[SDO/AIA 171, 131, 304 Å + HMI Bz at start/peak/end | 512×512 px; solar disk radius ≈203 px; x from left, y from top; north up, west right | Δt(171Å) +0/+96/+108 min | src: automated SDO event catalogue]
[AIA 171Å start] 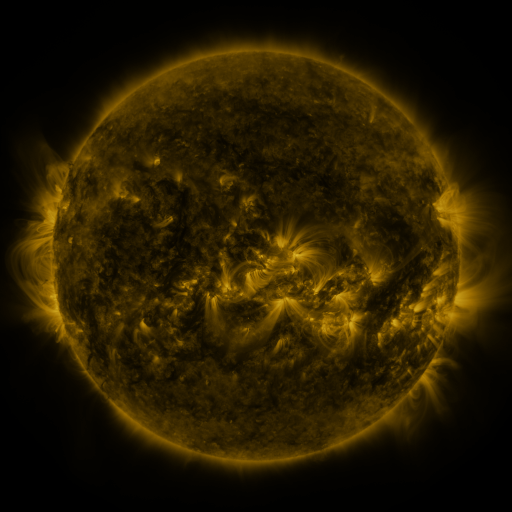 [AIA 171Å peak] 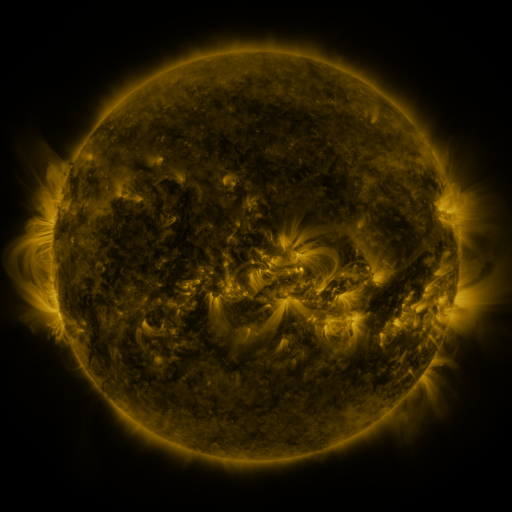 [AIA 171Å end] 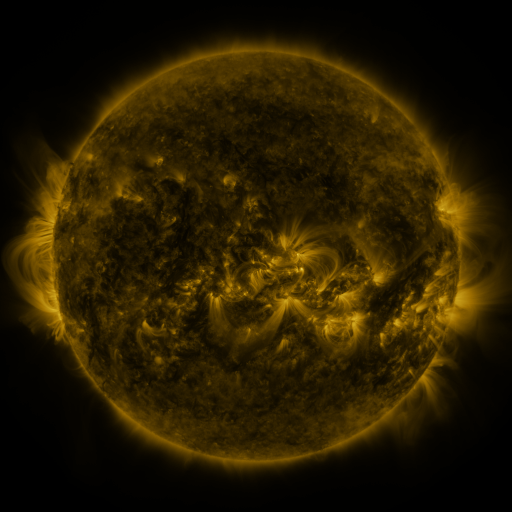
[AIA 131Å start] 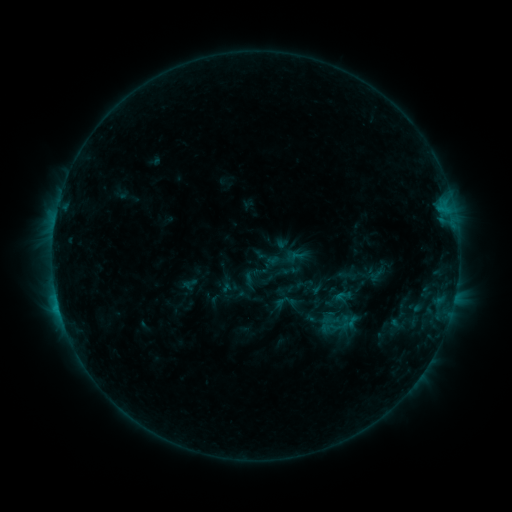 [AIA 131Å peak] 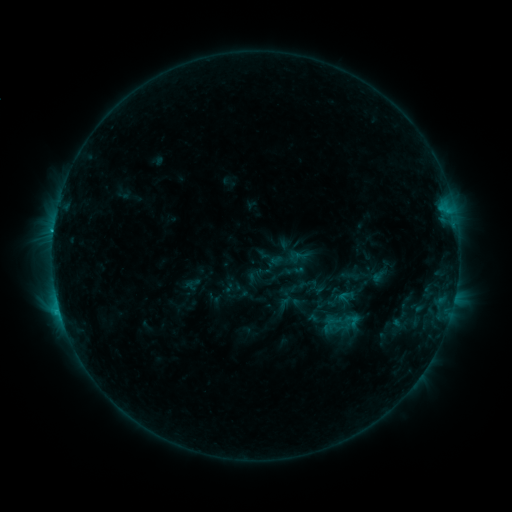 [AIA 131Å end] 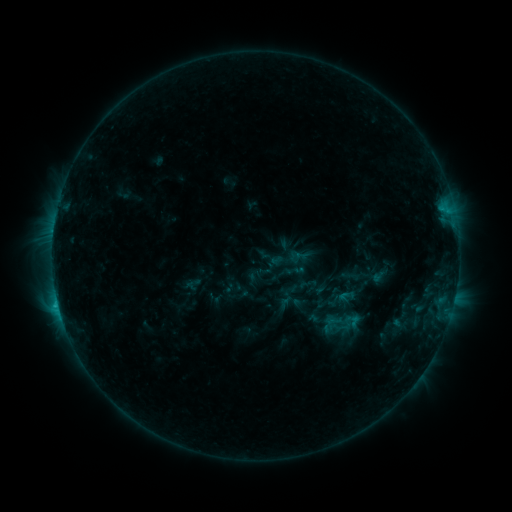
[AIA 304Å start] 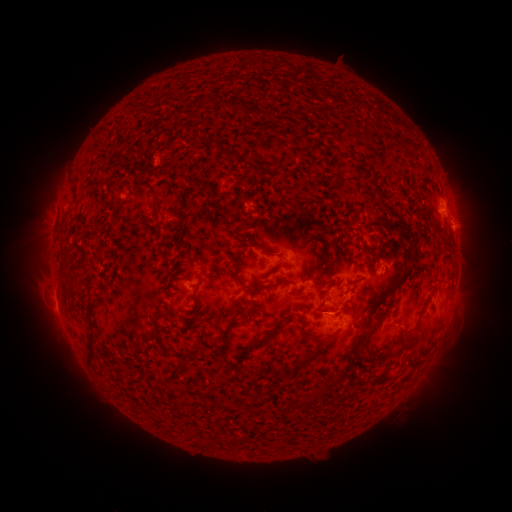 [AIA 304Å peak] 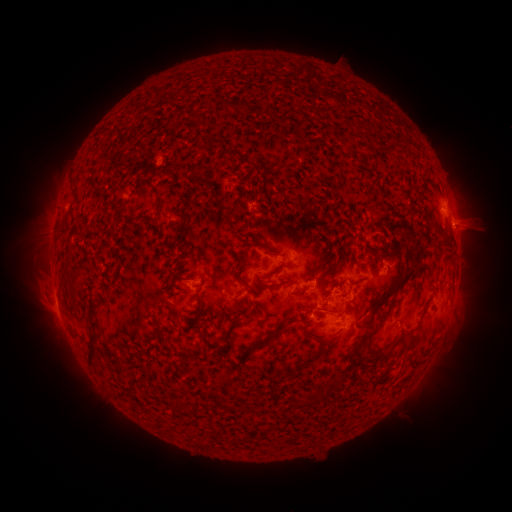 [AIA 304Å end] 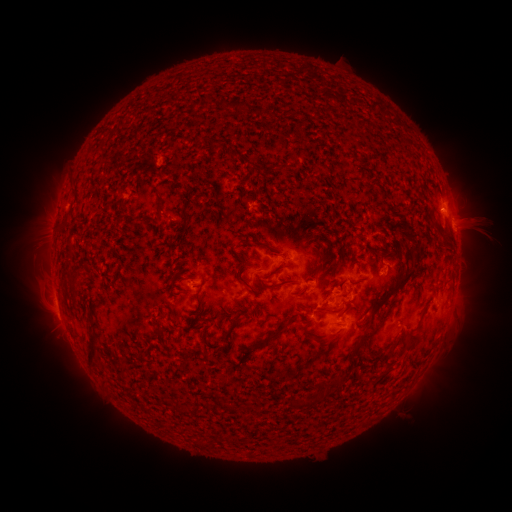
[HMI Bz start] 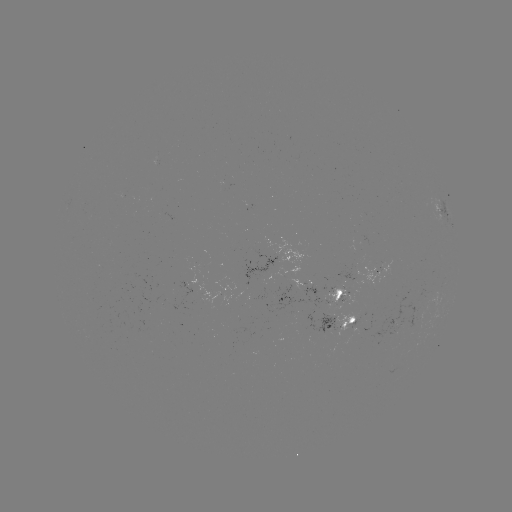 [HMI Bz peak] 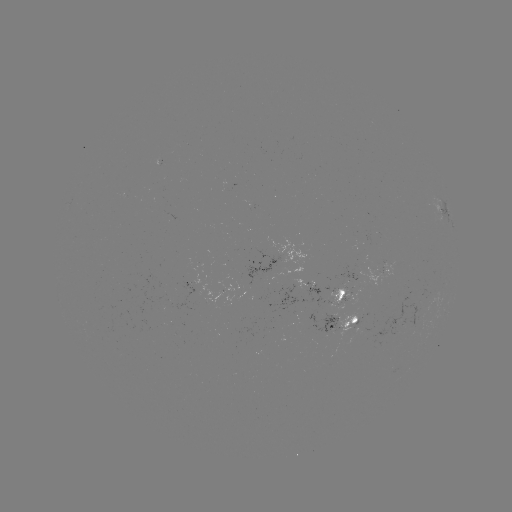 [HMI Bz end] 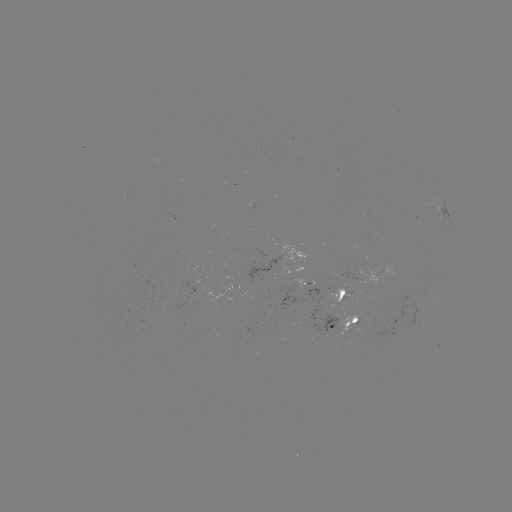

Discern emerging-flux region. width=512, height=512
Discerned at [307, 290].